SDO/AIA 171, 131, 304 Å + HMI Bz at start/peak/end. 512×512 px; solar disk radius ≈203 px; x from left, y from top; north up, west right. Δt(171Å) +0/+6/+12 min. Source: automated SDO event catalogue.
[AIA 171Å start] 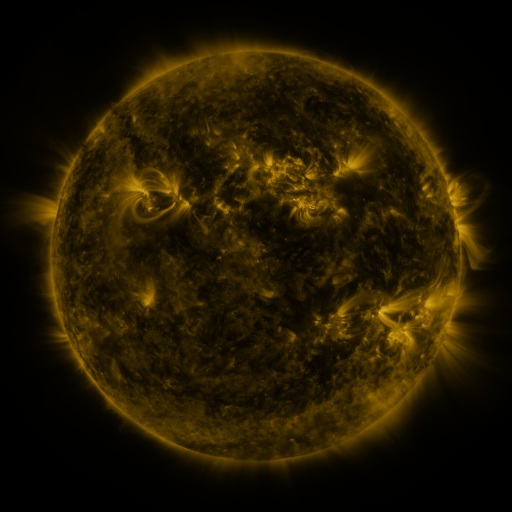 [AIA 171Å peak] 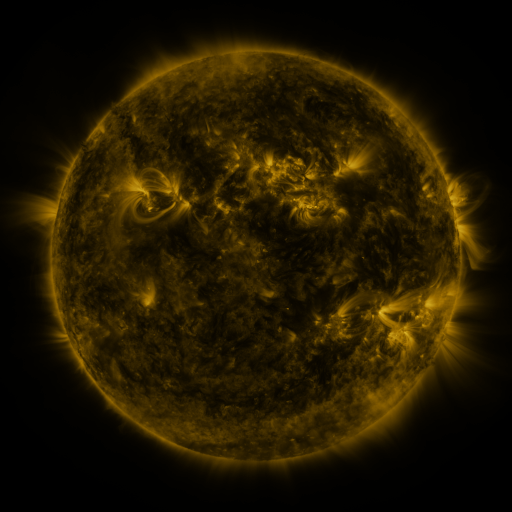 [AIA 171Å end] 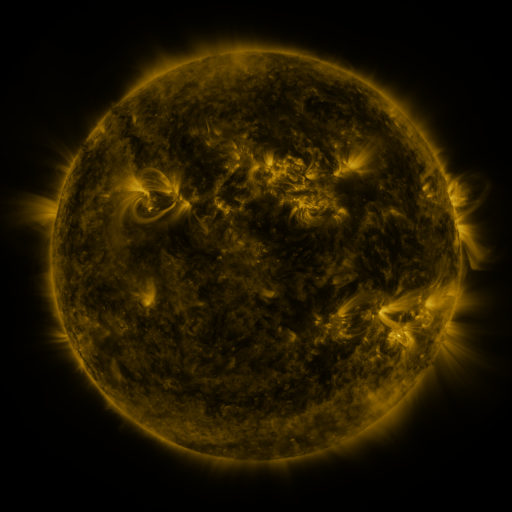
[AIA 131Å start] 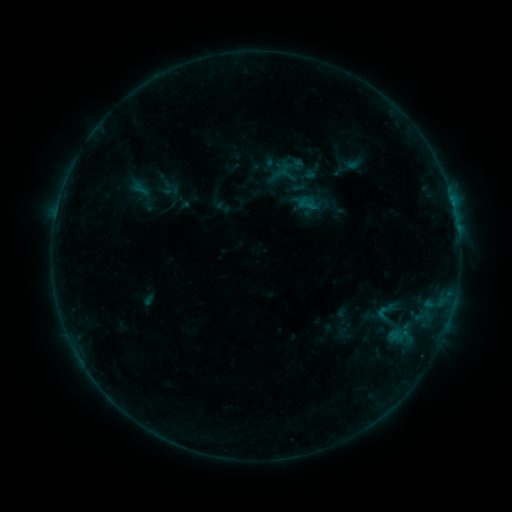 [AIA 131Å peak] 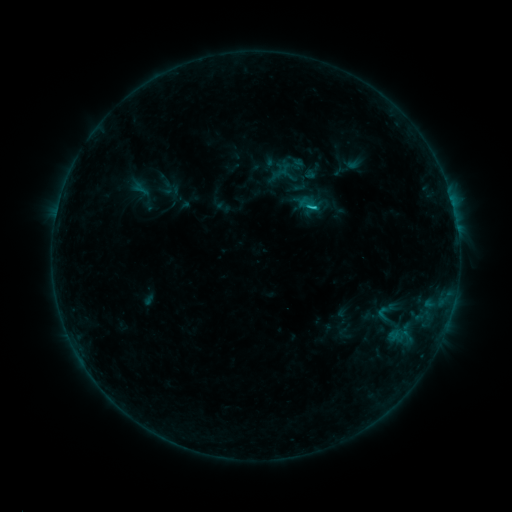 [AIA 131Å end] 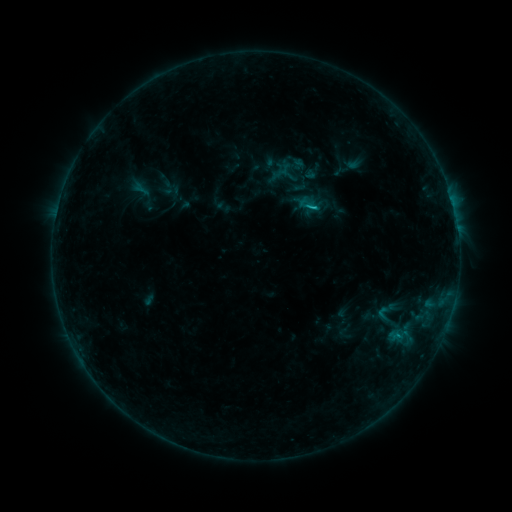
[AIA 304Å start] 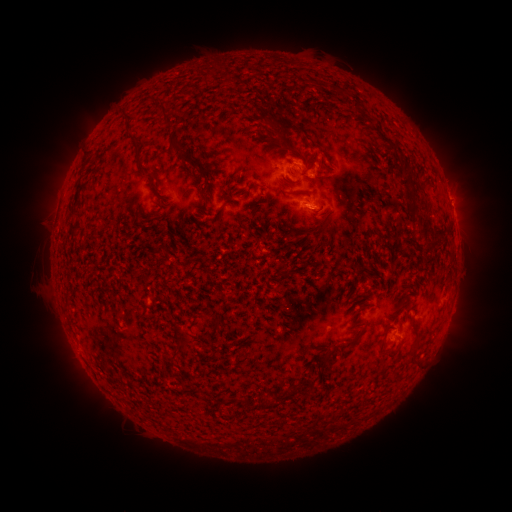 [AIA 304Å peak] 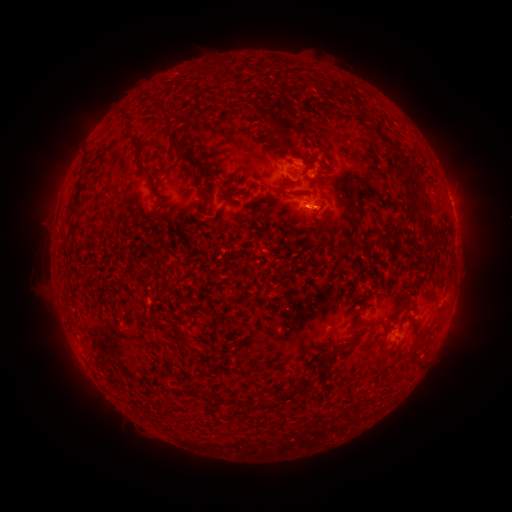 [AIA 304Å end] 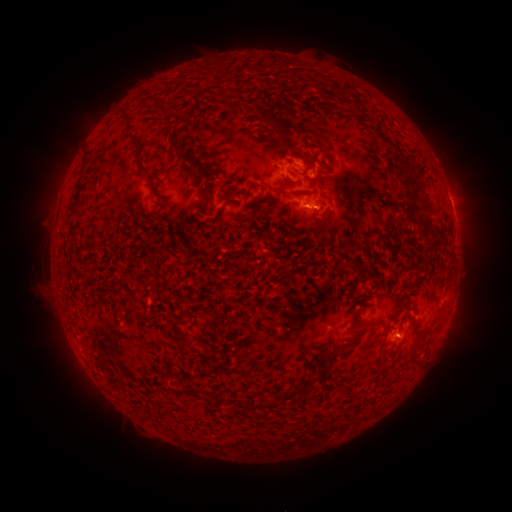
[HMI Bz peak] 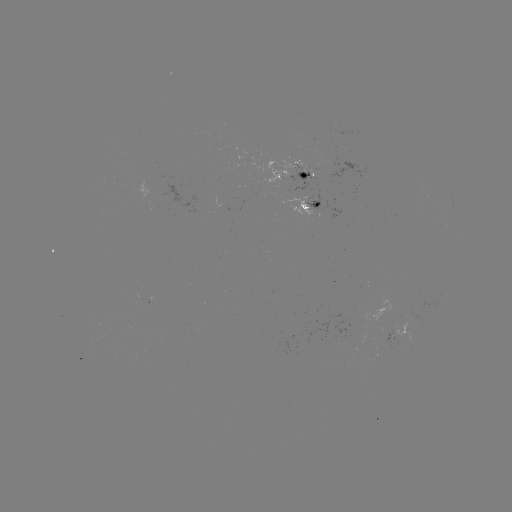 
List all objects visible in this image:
B8.9 flare: (311, 210)
